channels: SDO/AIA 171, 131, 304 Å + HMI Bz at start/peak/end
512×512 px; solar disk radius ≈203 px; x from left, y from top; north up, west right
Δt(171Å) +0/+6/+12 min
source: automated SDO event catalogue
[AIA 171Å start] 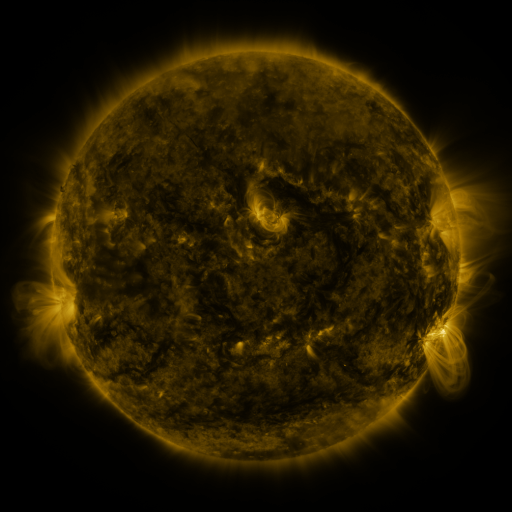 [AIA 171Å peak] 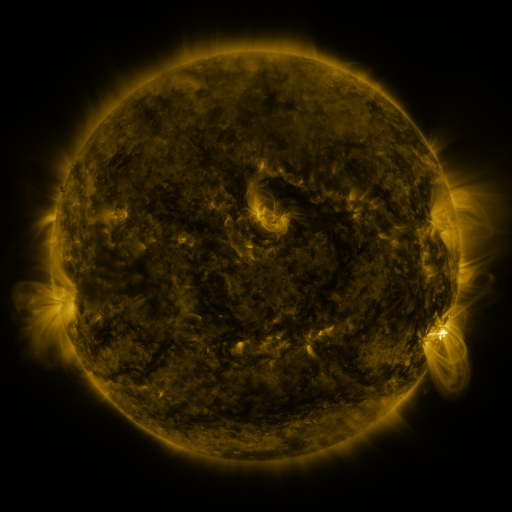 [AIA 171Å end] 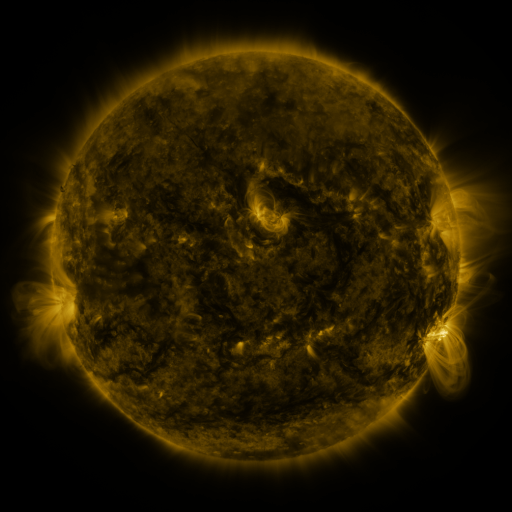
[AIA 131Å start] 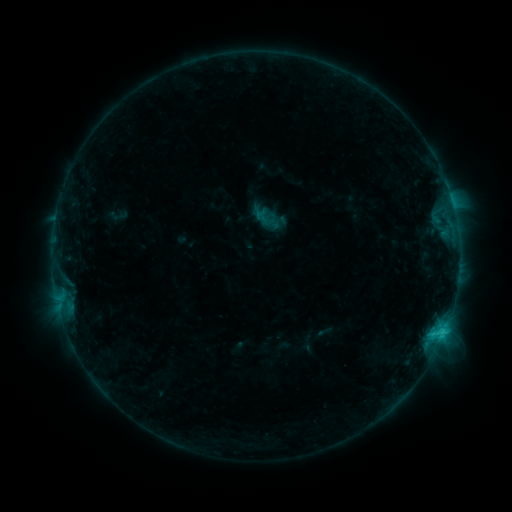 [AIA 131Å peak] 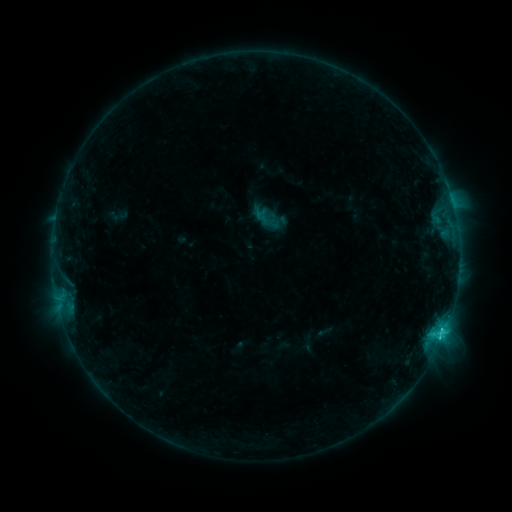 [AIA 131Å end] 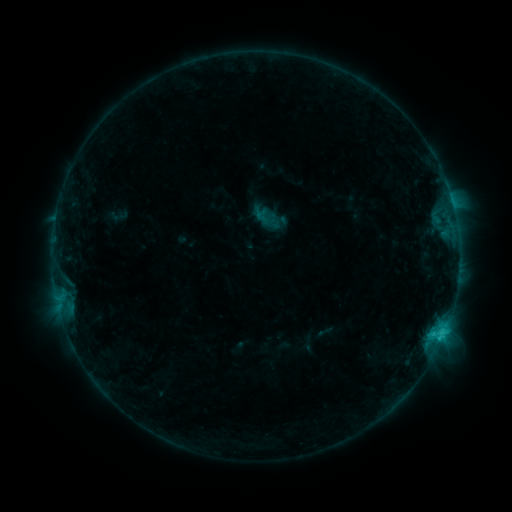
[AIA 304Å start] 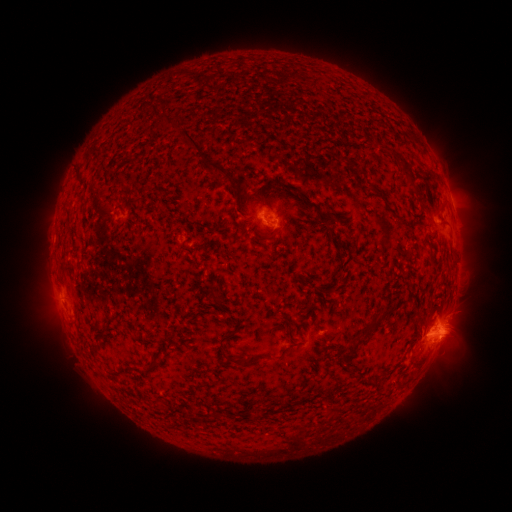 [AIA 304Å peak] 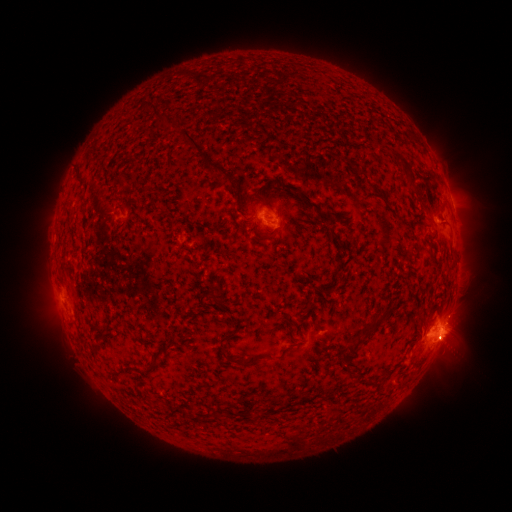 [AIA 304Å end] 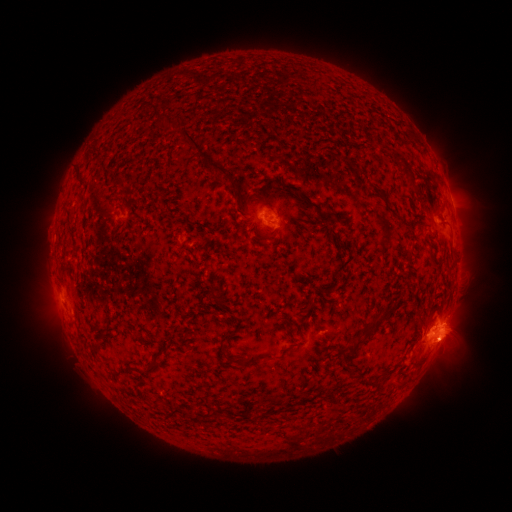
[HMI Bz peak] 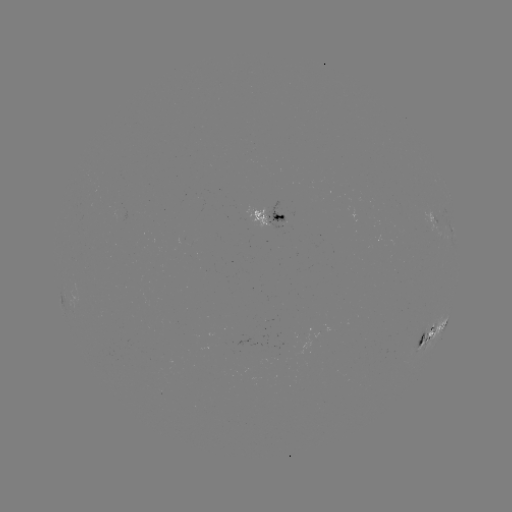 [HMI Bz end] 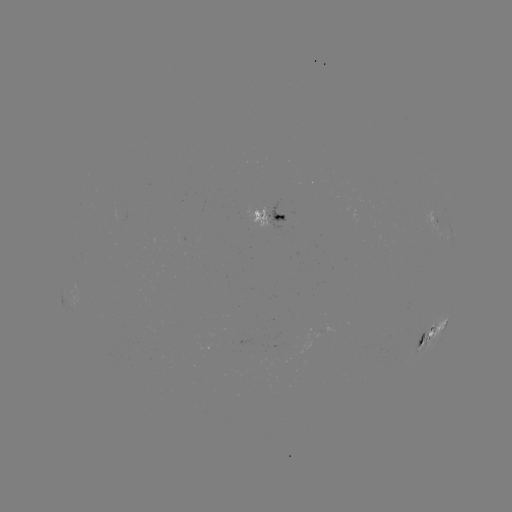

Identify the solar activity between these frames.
C1.9 flare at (439, 334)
